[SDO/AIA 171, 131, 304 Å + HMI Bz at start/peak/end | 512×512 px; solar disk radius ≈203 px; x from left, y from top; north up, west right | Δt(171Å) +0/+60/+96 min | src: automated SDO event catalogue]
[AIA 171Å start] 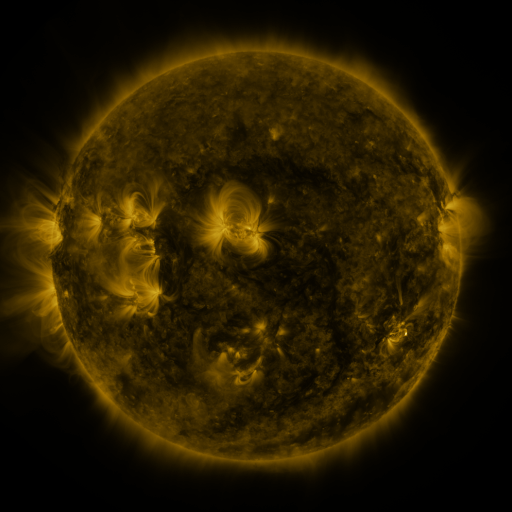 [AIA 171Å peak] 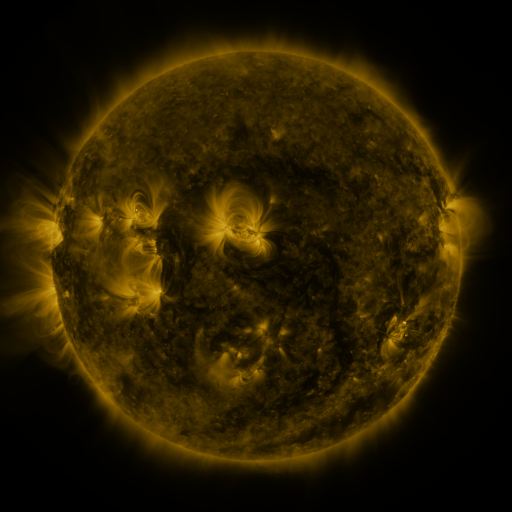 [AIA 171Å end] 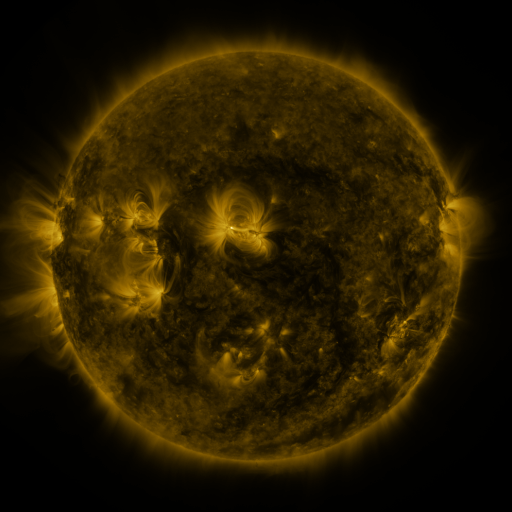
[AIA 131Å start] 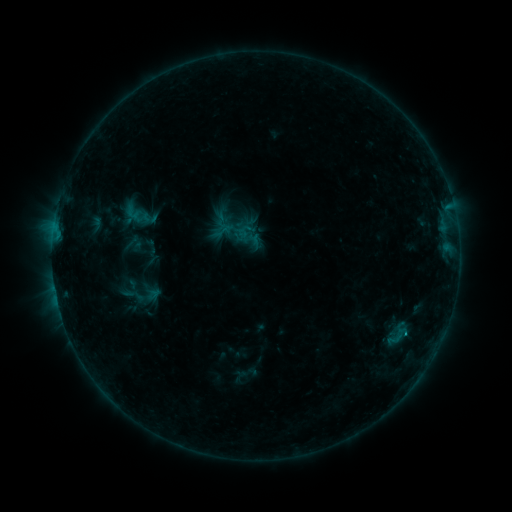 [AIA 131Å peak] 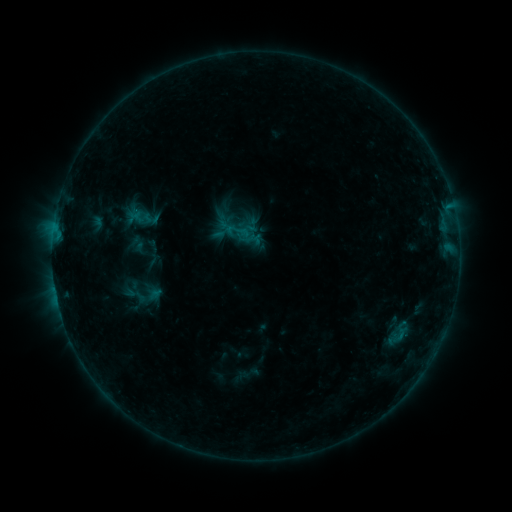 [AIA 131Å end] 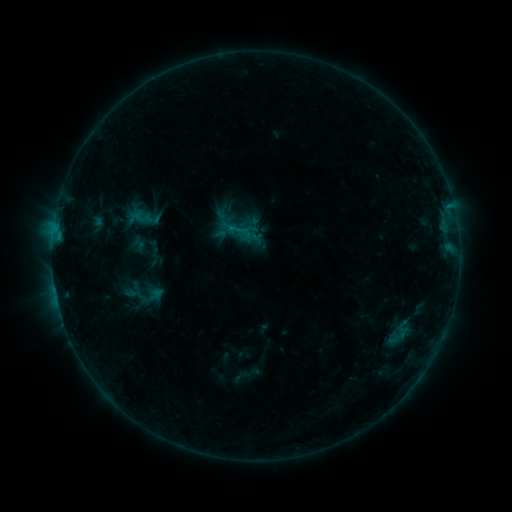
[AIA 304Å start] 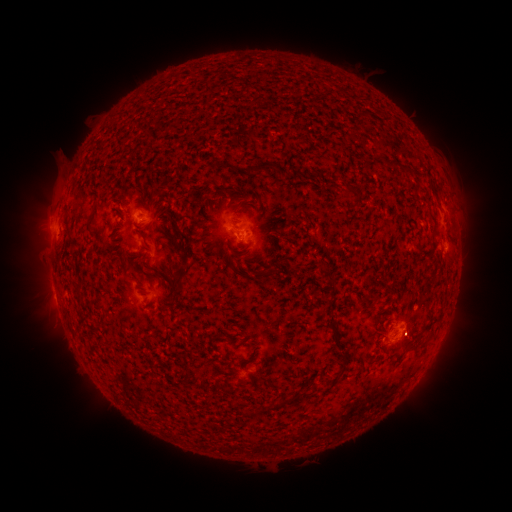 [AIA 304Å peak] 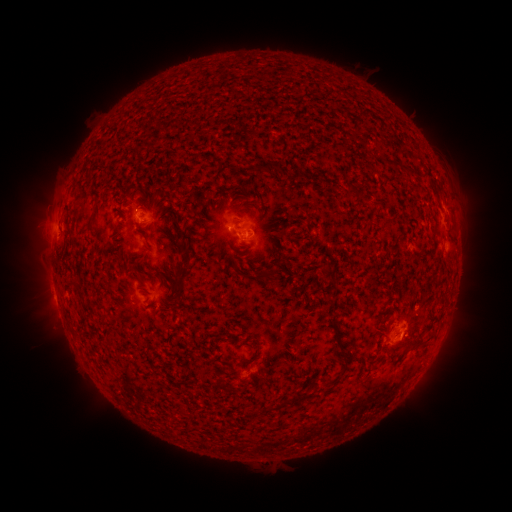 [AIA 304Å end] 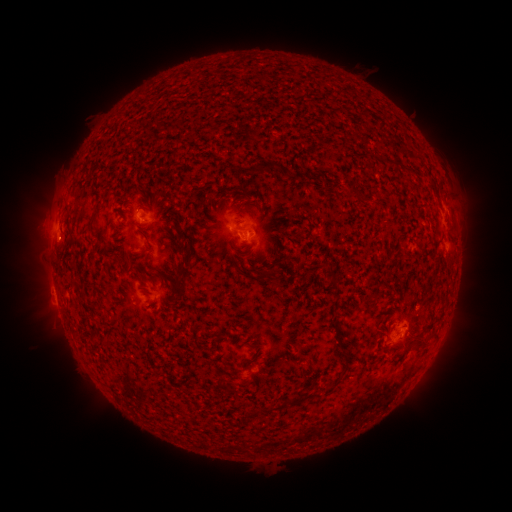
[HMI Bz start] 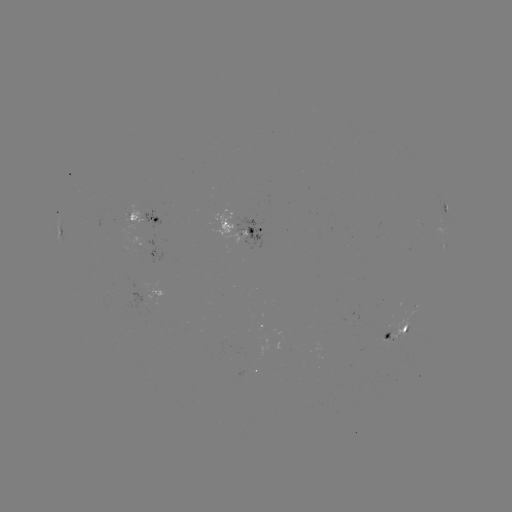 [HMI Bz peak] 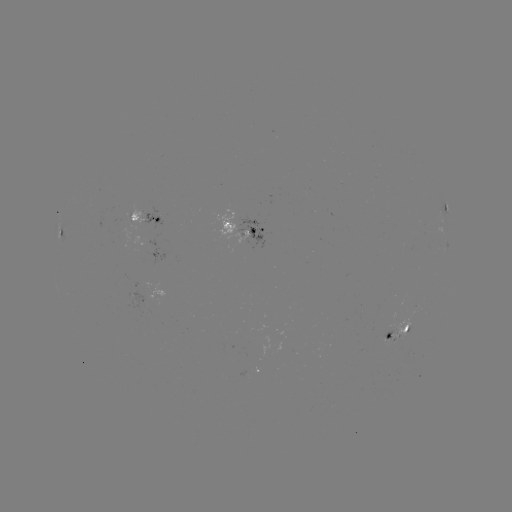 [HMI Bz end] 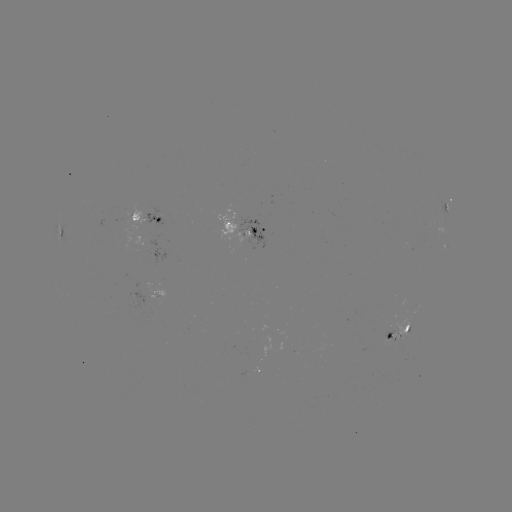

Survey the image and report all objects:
emerging-flux region: (409, 245)
